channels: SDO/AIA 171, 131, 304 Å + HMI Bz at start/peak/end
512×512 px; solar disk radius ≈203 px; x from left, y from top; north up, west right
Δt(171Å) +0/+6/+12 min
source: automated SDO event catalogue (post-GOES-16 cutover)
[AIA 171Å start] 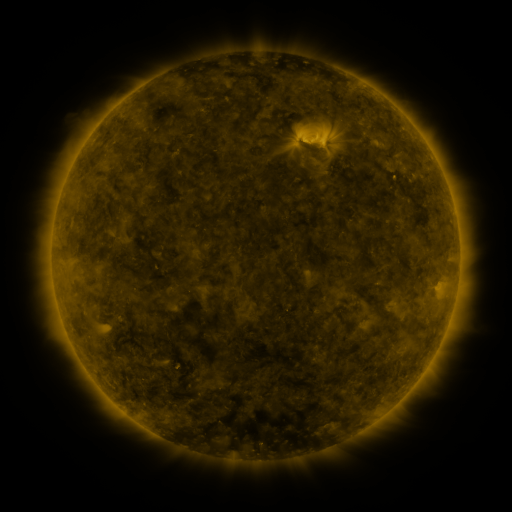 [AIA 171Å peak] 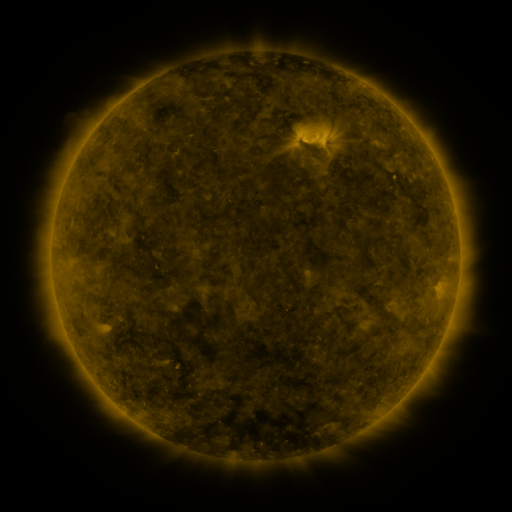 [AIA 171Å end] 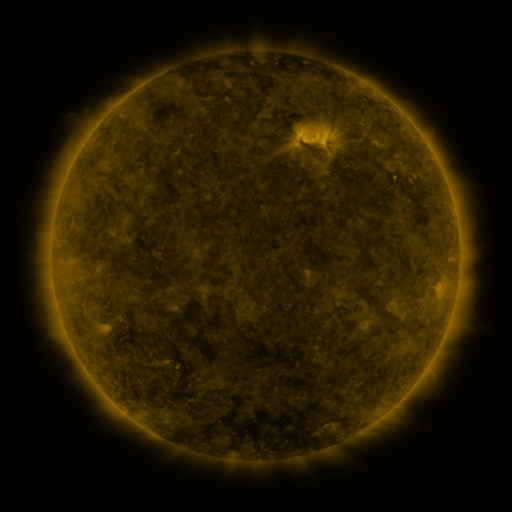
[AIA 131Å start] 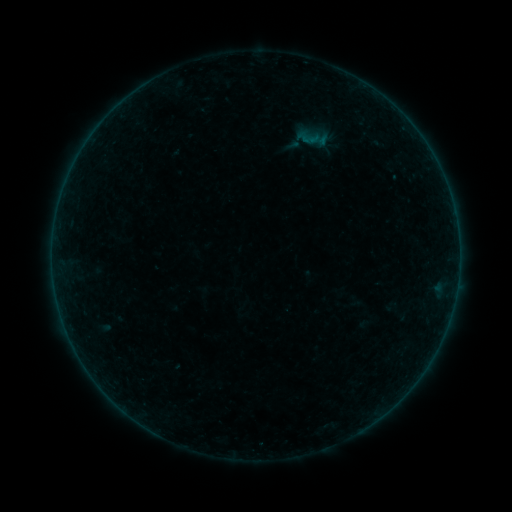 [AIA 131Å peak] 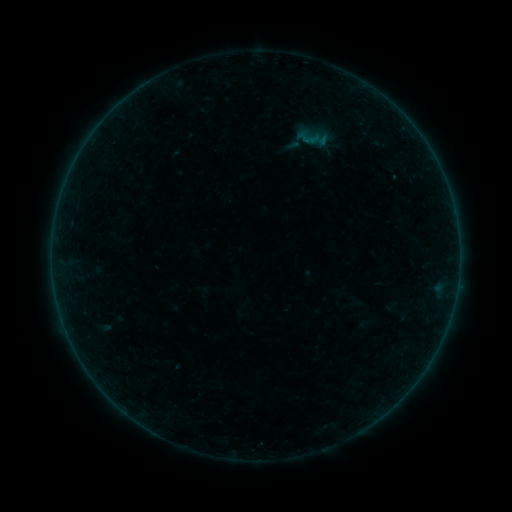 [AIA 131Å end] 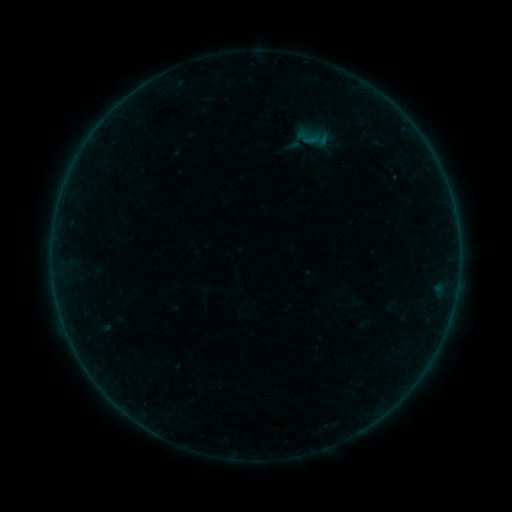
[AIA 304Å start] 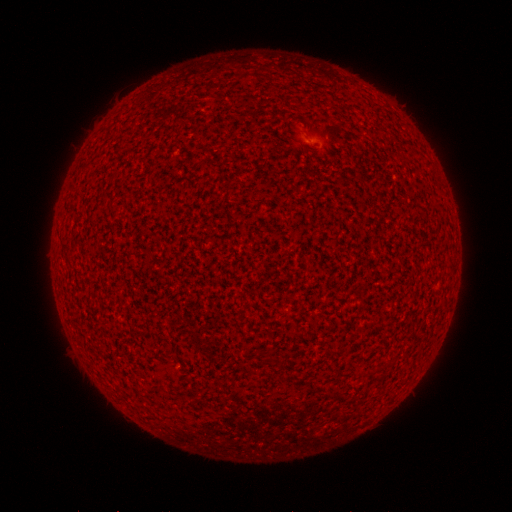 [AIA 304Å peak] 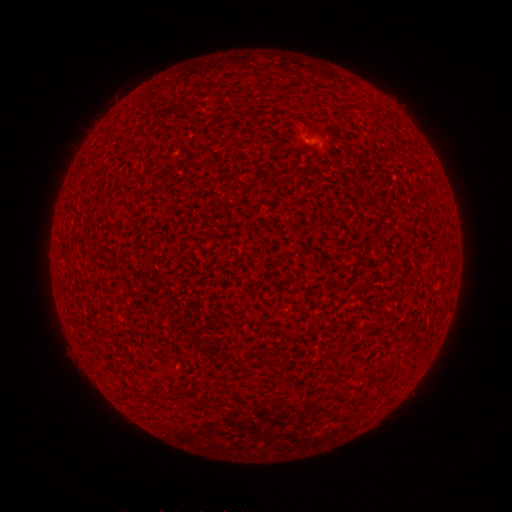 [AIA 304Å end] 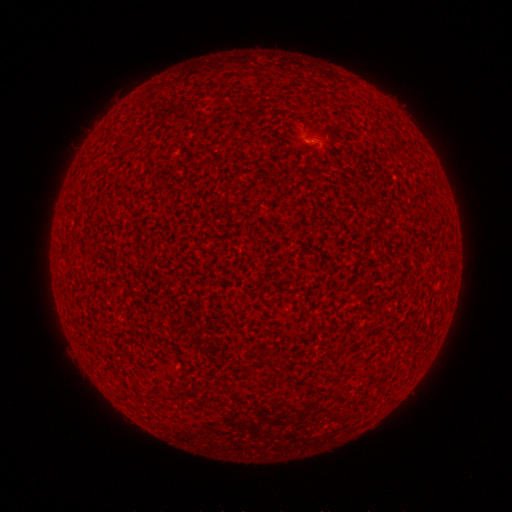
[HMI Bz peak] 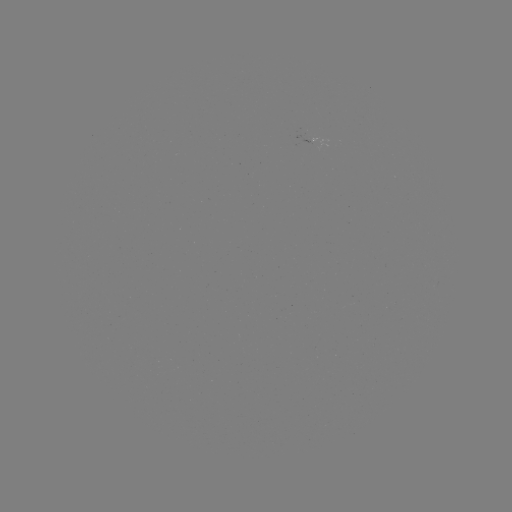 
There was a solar flare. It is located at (308, 142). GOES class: A2.0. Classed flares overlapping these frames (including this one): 1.